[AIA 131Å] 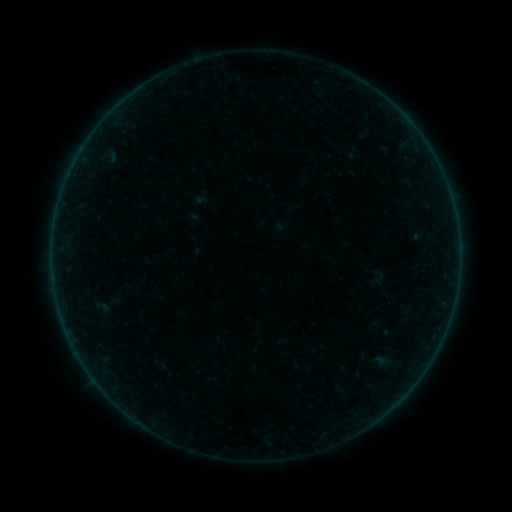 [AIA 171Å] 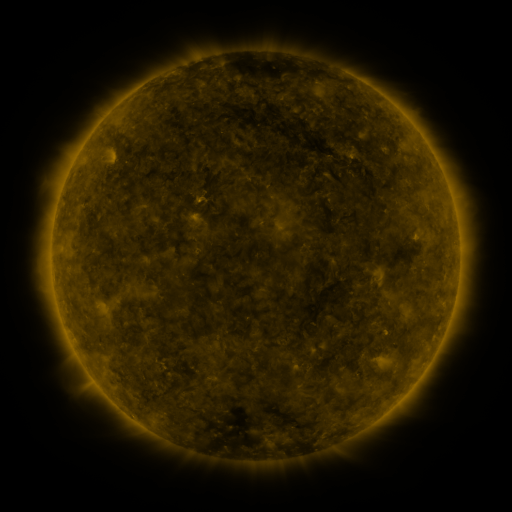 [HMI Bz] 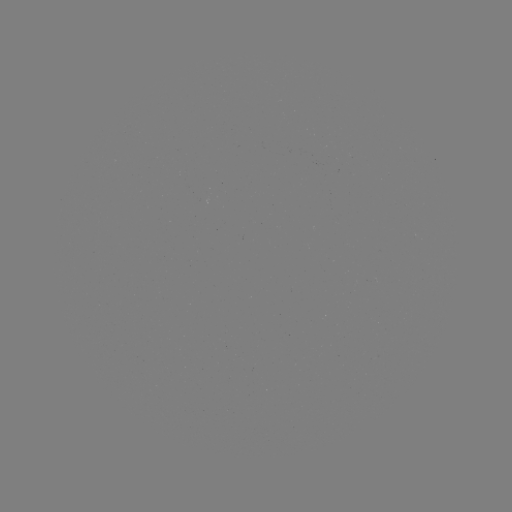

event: sigmoid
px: (101, 307)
